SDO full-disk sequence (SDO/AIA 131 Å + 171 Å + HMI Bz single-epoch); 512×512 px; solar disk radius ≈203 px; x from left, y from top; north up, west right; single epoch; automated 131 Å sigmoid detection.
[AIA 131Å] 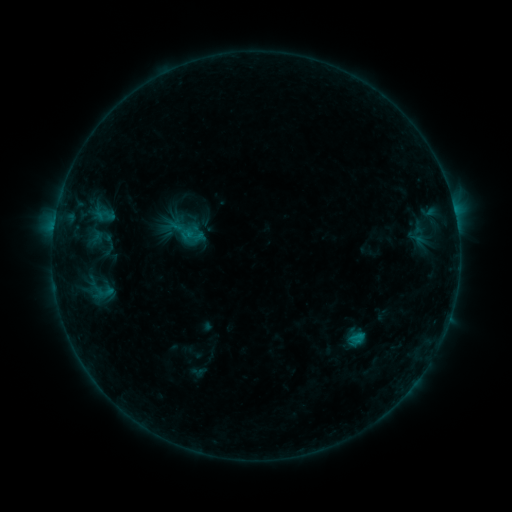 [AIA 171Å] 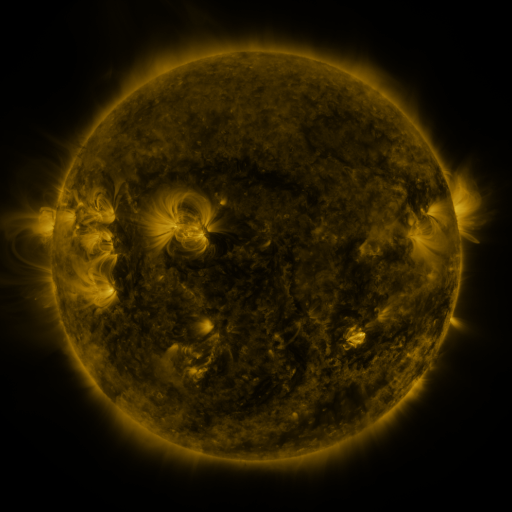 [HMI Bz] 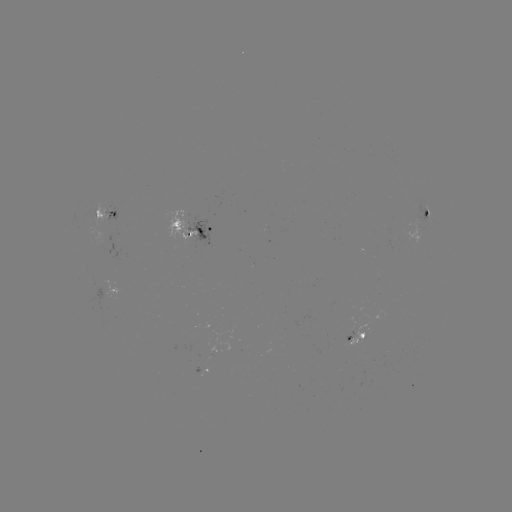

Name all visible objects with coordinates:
sigmoid: (178, 221, 198, 242)
sigmoid: (90, 277, 115, 305)
